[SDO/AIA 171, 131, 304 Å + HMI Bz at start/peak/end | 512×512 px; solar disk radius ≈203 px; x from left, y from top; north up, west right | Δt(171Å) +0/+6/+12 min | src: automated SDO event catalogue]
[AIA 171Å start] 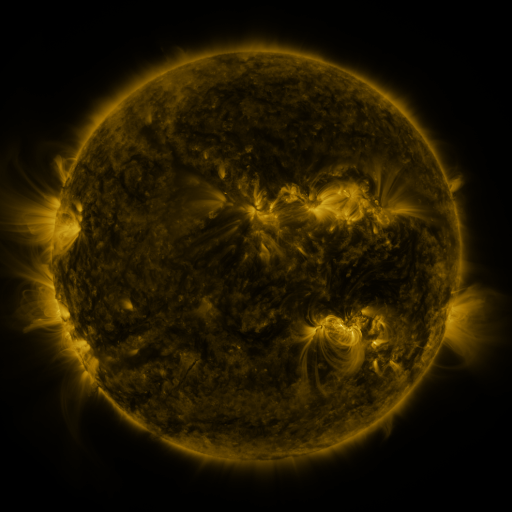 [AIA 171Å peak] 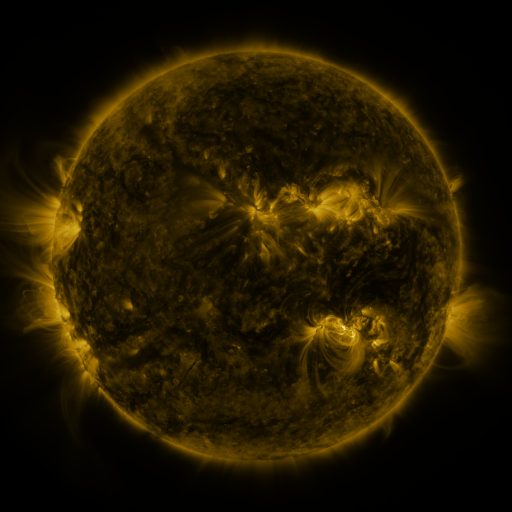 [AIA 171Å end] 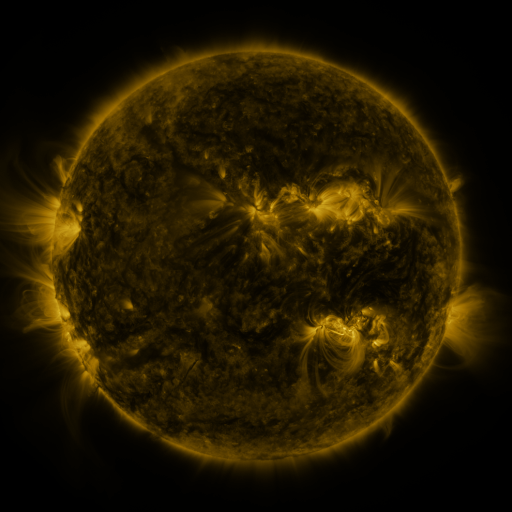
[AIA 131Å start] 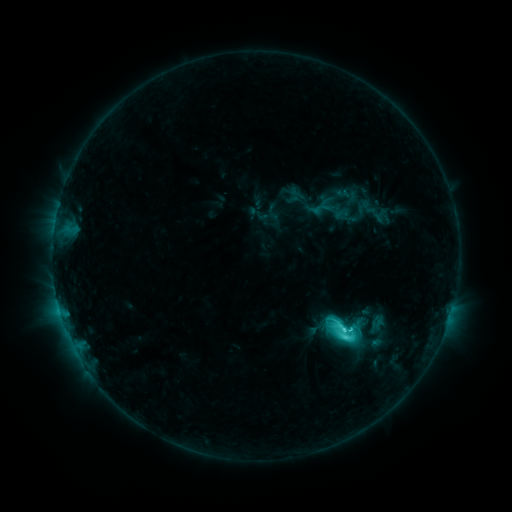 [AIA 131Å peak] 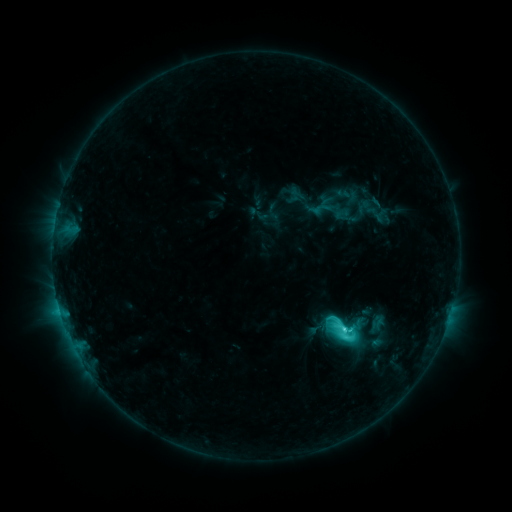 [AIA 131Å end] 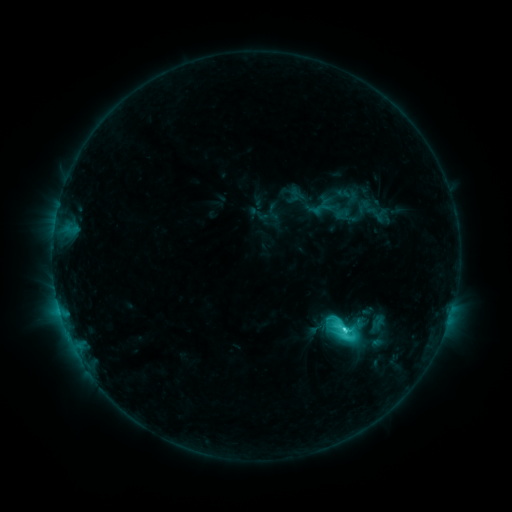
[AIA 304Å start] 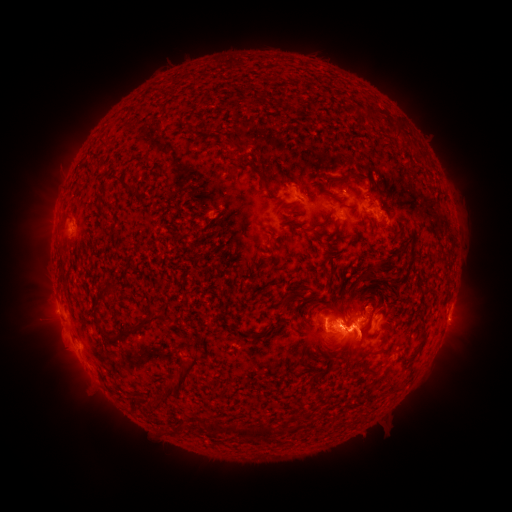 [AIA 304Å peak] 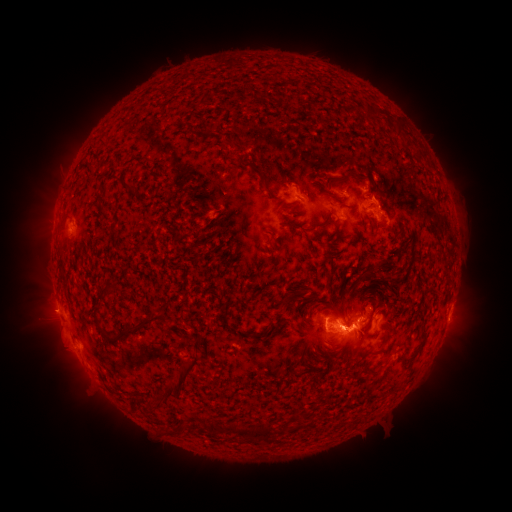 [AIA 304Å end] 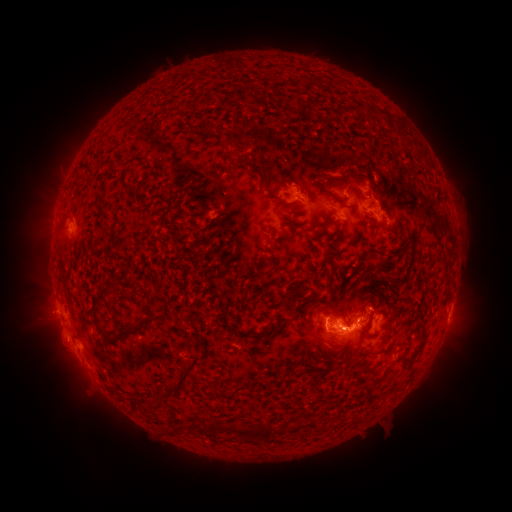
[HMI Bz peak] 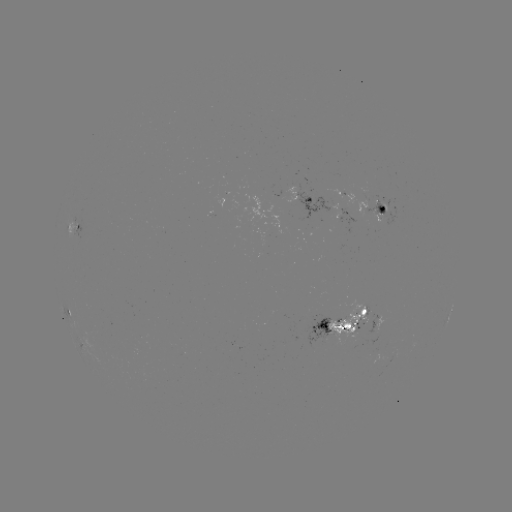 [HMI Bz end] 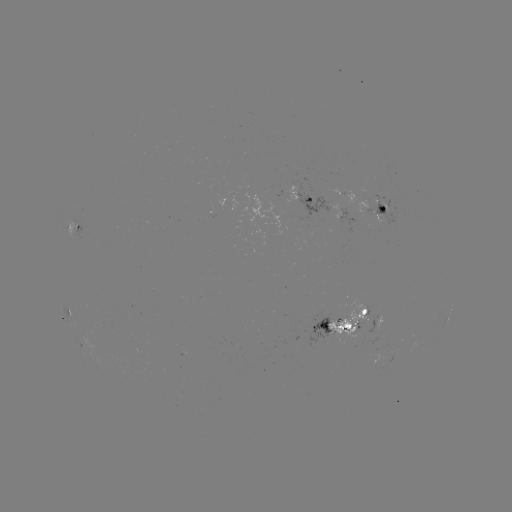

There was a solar eruption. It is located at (46, 312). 